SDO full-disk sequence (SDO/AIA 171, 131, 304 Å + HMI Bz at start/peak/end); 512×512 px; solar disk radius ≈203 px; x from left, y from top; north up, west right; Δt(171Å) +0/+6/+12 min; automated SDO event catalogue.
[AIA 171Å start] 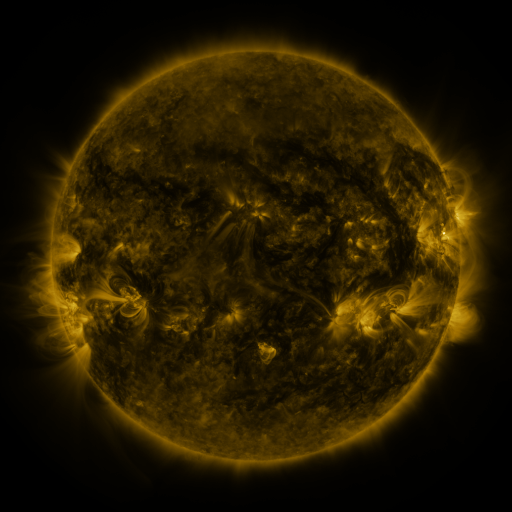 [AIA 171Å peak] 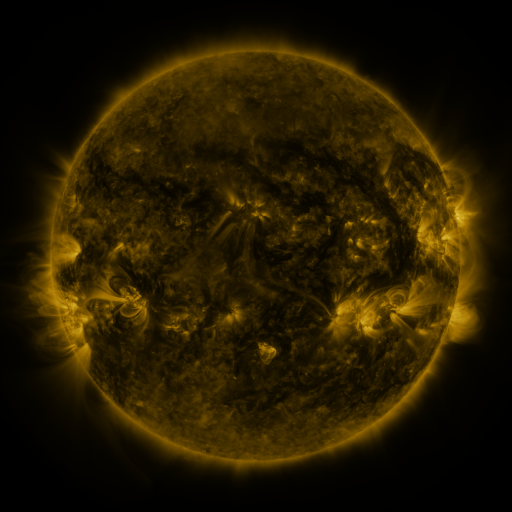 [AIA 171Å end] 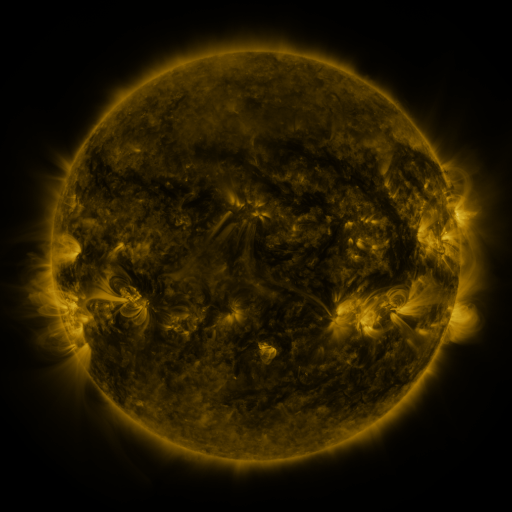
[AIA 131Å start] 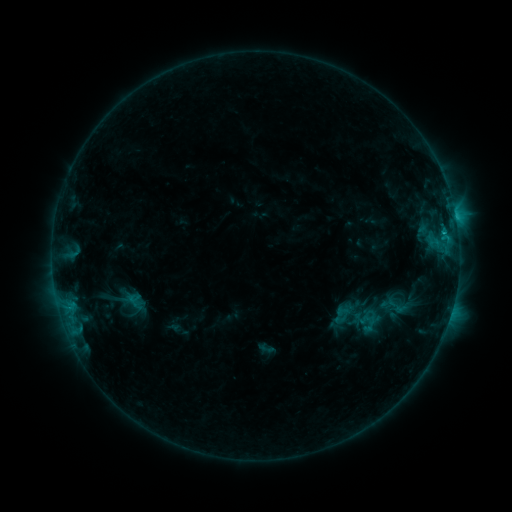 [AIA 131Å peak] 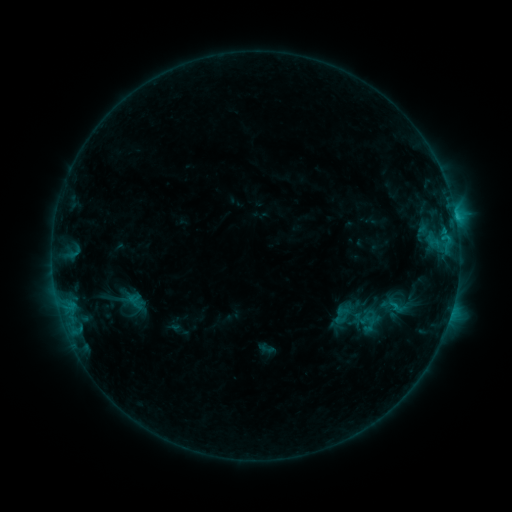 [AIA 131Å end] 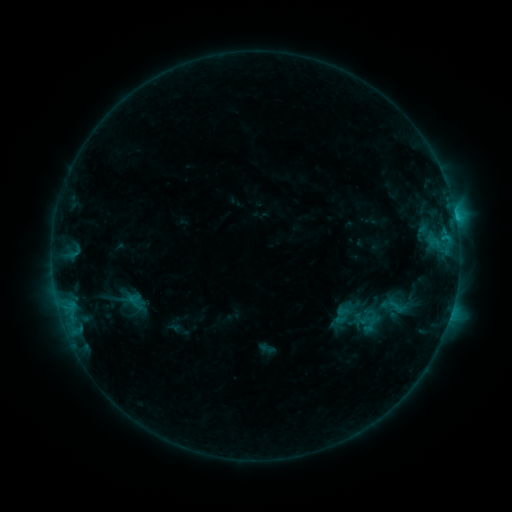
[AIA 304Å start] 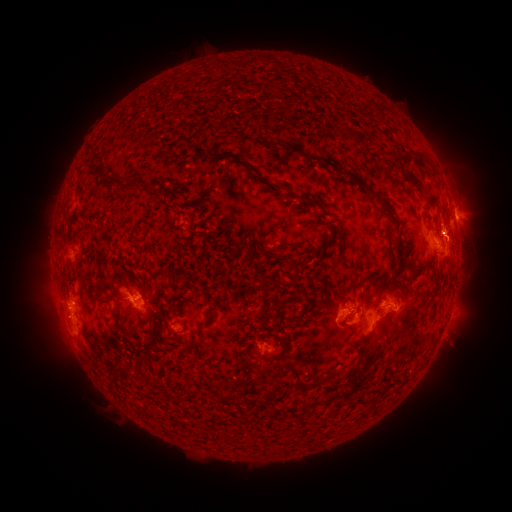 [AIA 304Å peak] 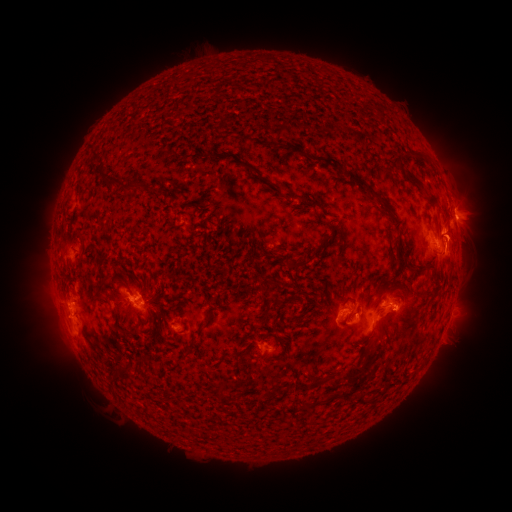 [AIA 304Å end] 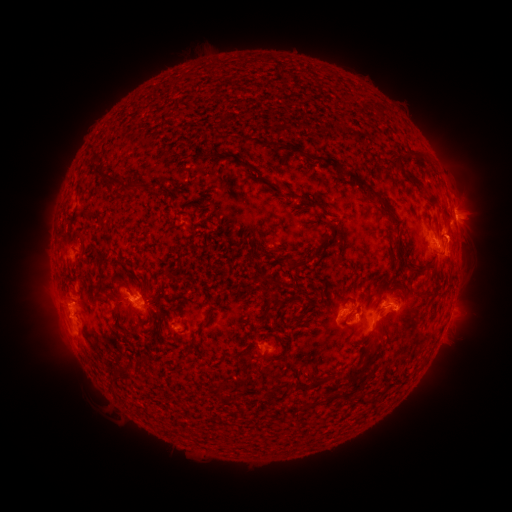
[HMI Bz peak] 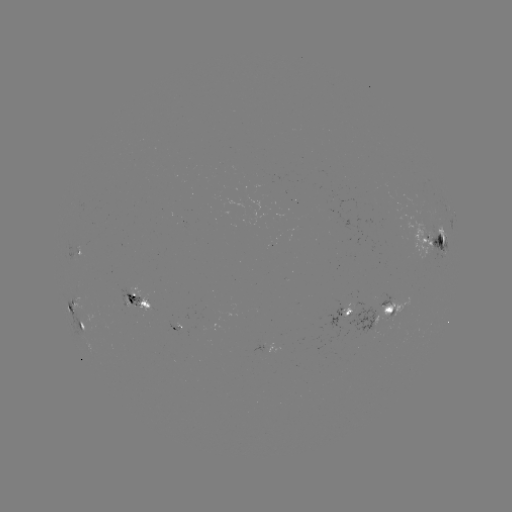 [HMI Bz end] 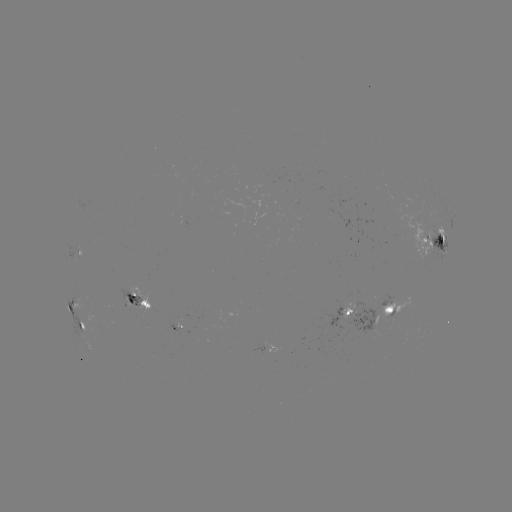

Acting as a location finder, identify eruption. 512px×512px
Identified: (458, 234).